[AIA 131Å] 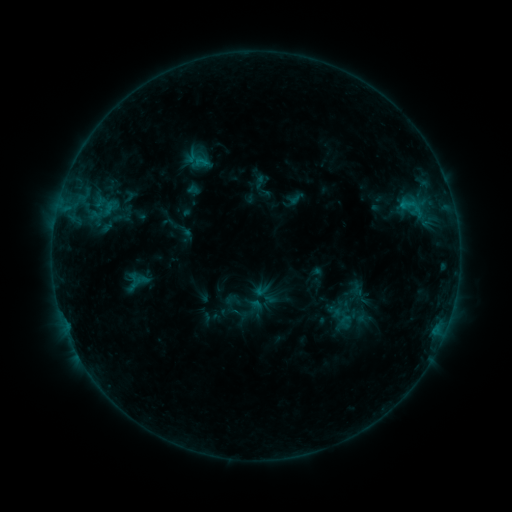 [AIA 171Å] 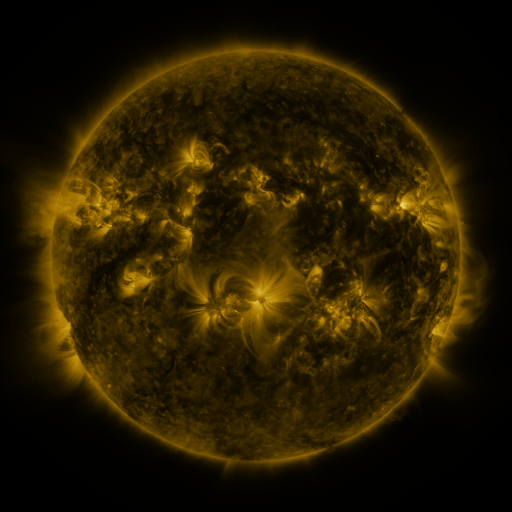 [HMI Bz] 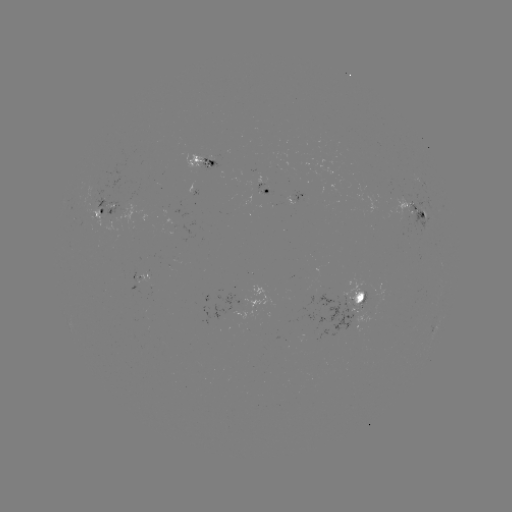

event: sigmoid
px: (410, 204)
